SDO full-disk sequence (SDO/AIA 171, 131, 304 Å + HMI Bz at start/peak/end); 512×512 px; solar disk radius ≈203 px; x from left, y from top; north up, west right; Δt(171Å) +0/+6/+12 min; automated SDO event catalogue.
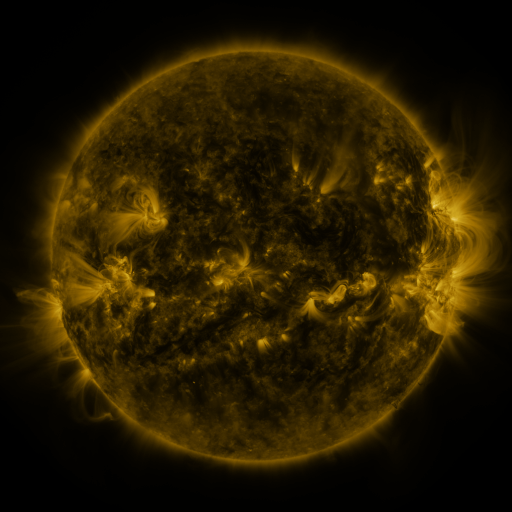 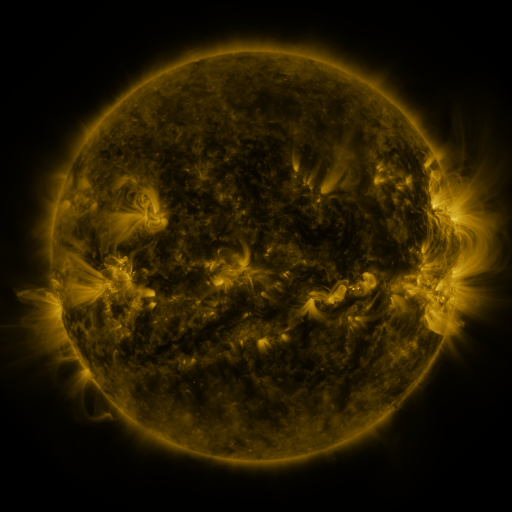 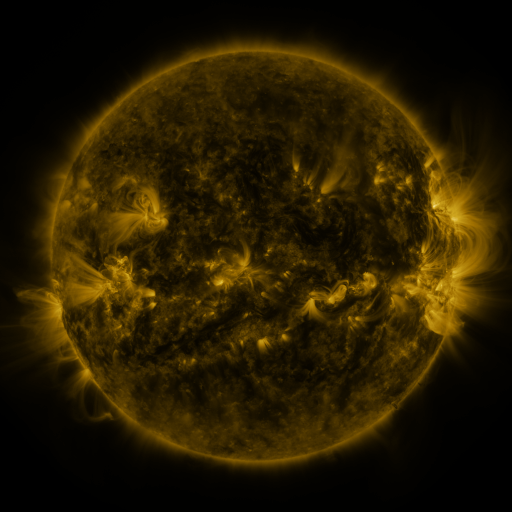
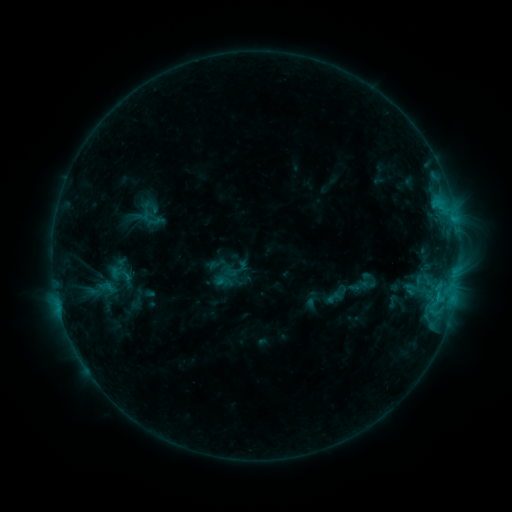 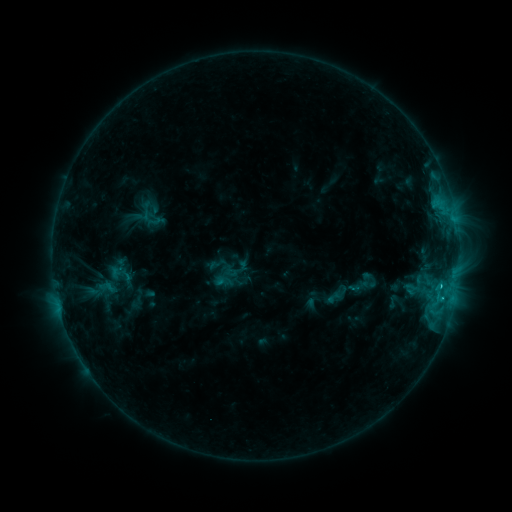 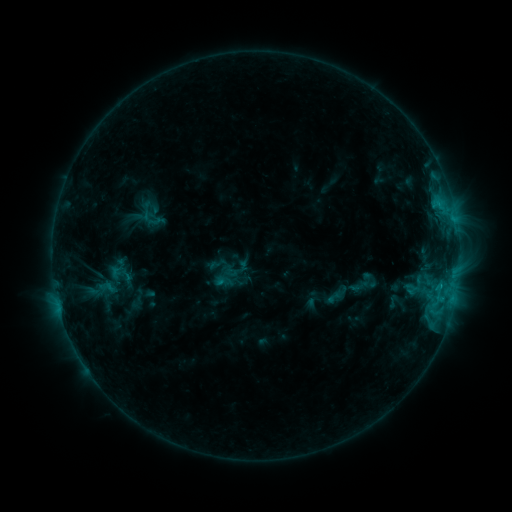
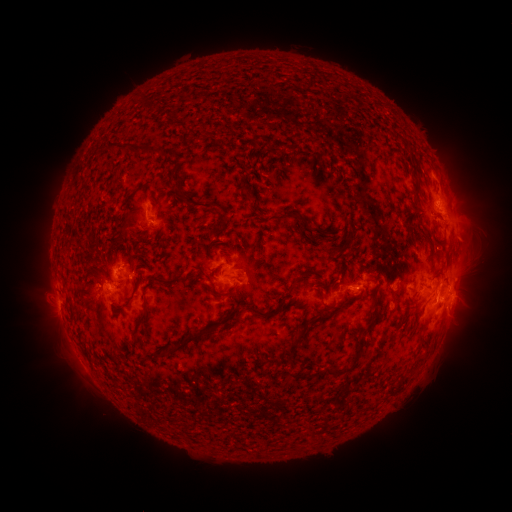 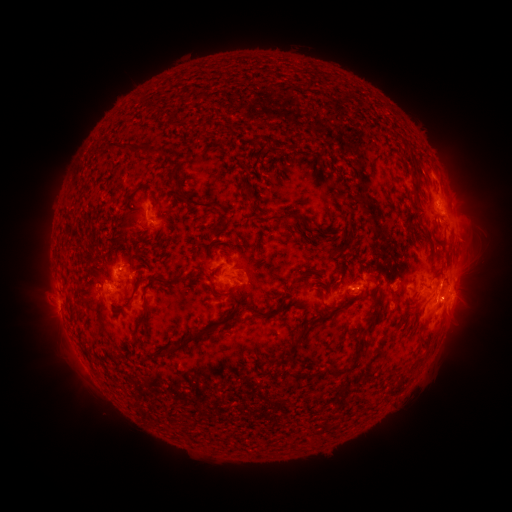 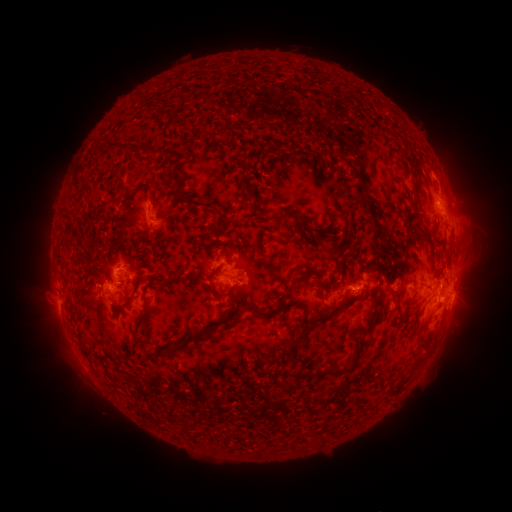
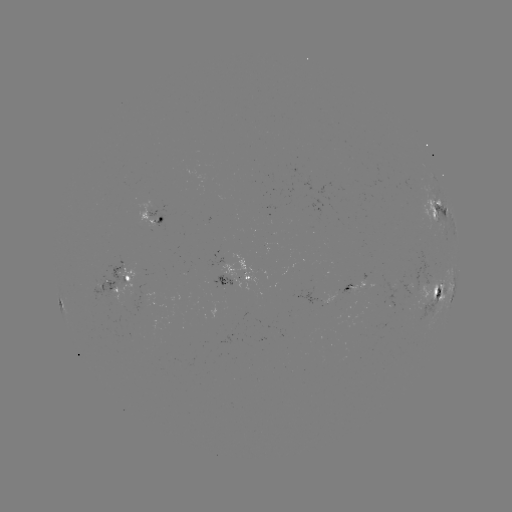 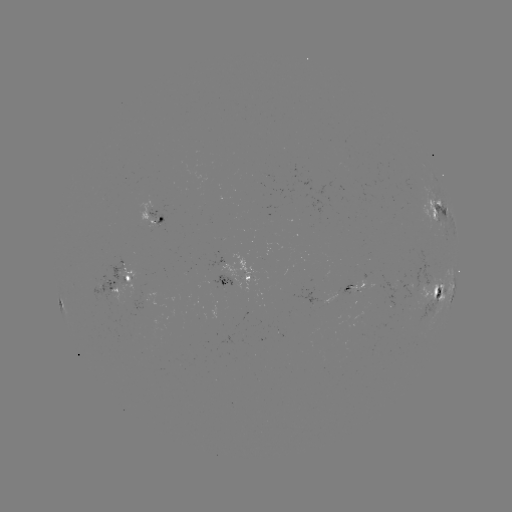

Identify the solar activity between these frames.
C1.5 flare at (351, 288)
